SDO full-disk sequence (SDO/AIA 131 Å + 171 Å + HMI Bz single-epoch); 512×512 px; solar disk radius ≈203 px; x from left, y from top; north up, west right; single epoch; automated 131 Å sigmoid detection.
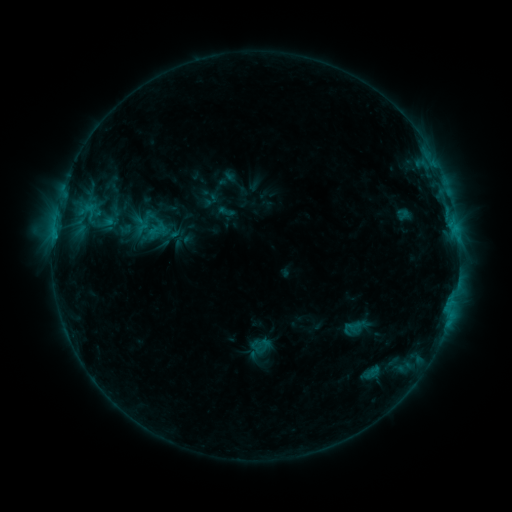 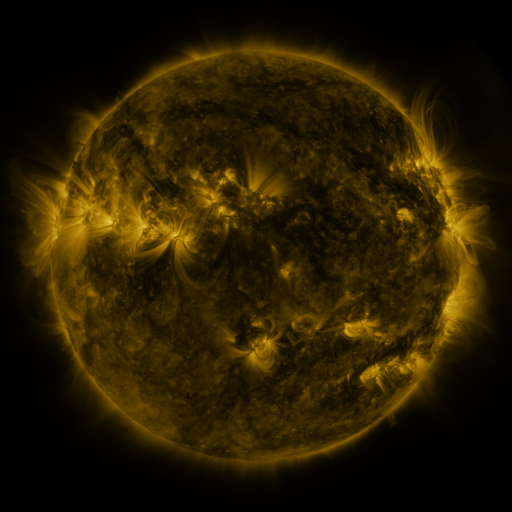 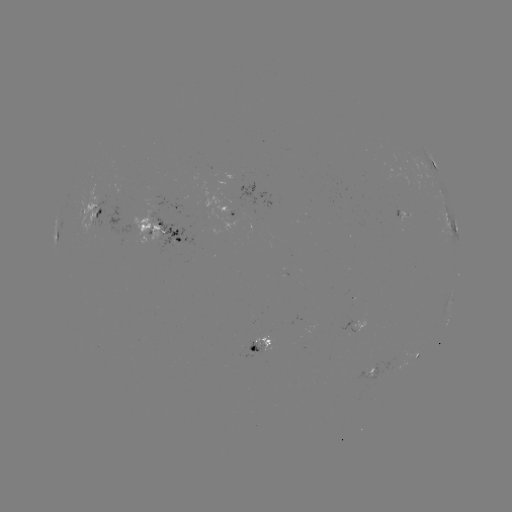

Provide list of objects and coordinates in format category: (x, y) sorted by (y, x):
sigmoid: (152, 227)
